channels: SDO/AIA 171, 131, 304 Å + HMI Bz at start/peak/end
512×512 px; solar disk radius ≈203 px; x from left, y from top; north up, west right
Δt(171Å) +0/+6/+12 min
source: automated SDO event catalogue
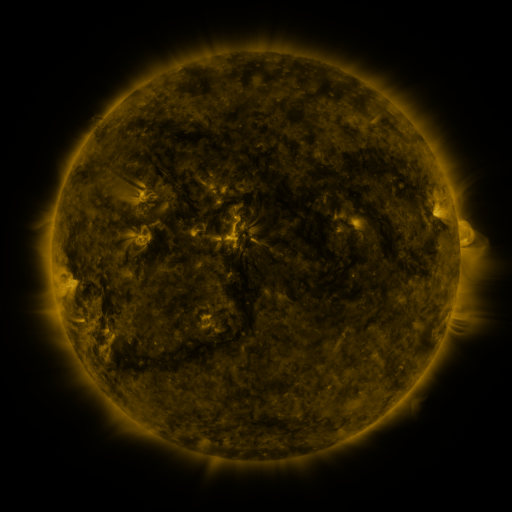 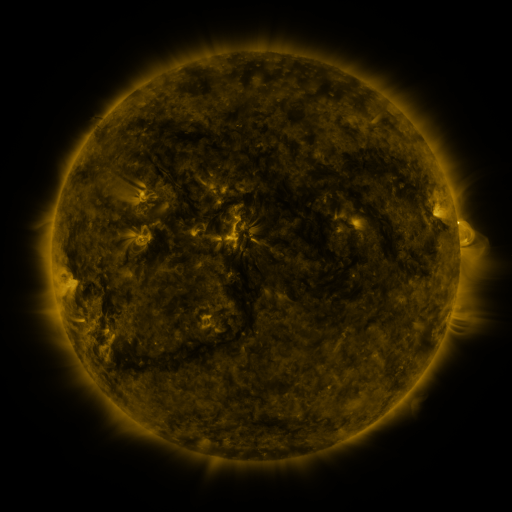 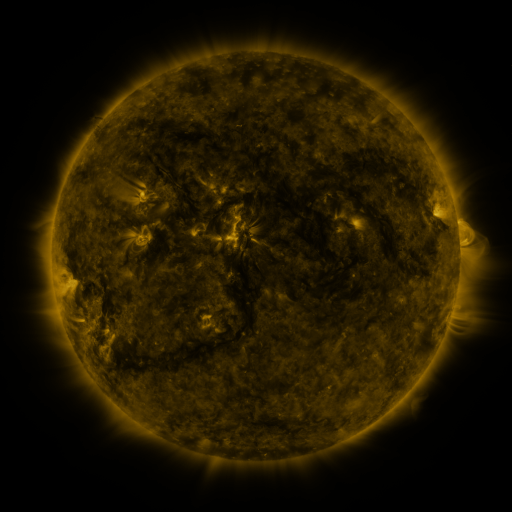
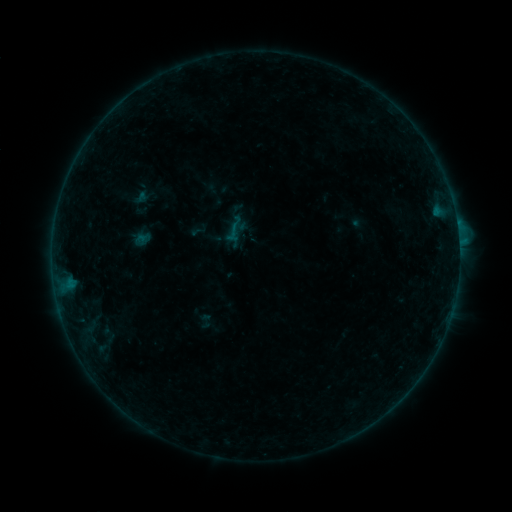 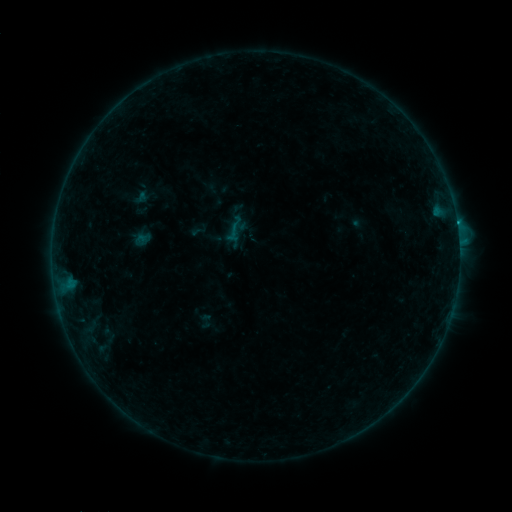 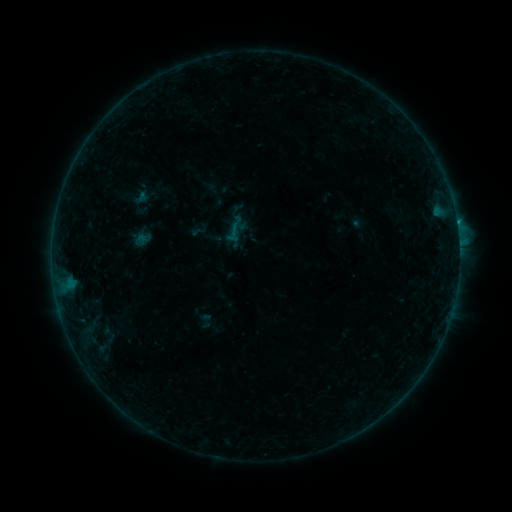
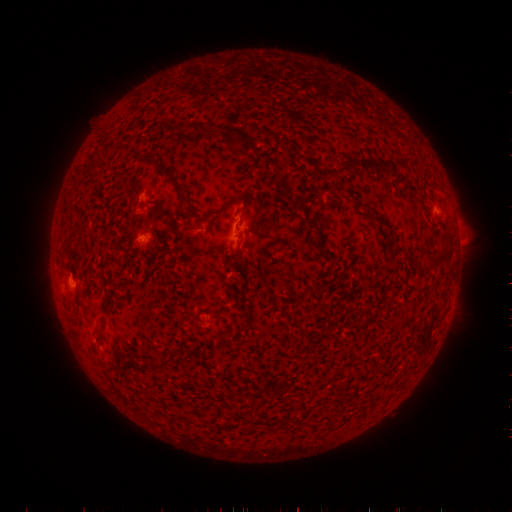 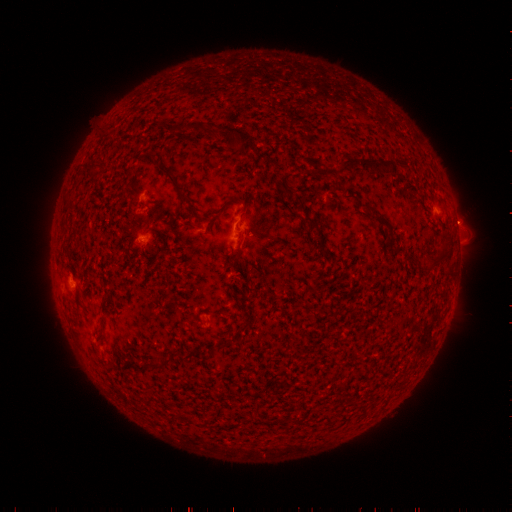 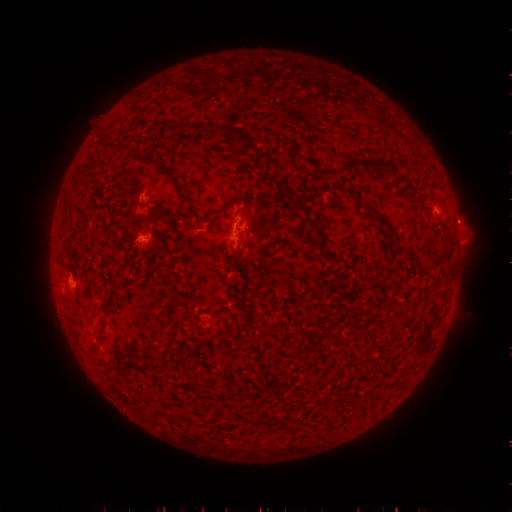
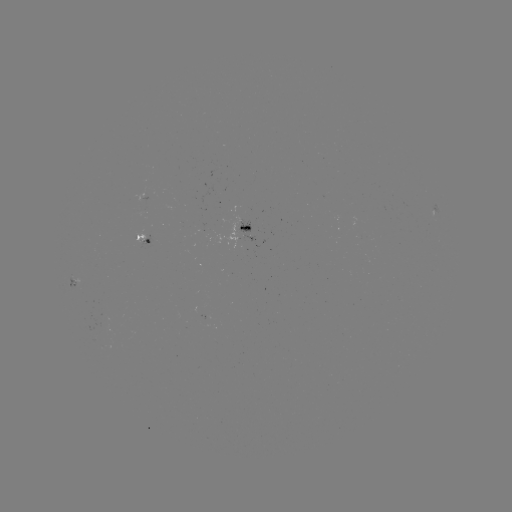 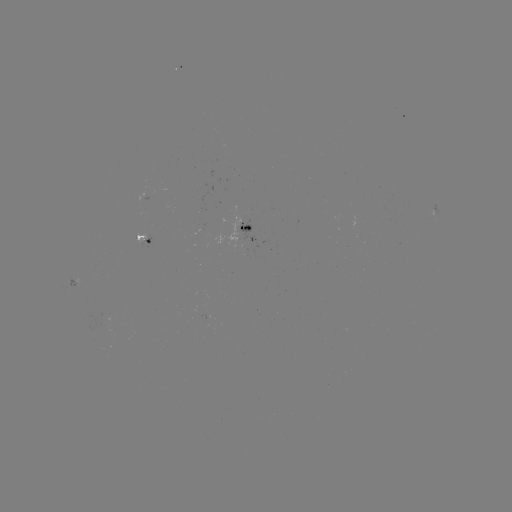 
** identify B9.3 flare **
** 456,224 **